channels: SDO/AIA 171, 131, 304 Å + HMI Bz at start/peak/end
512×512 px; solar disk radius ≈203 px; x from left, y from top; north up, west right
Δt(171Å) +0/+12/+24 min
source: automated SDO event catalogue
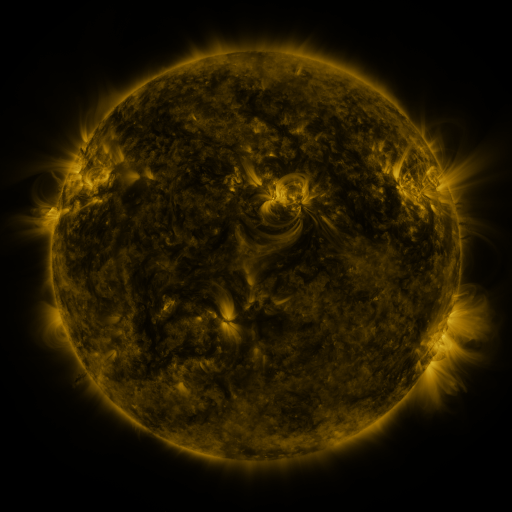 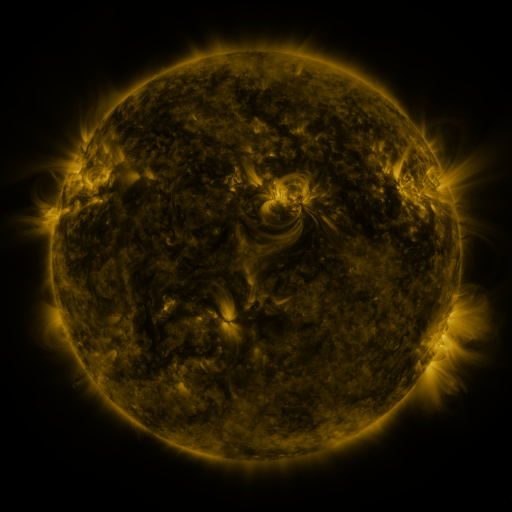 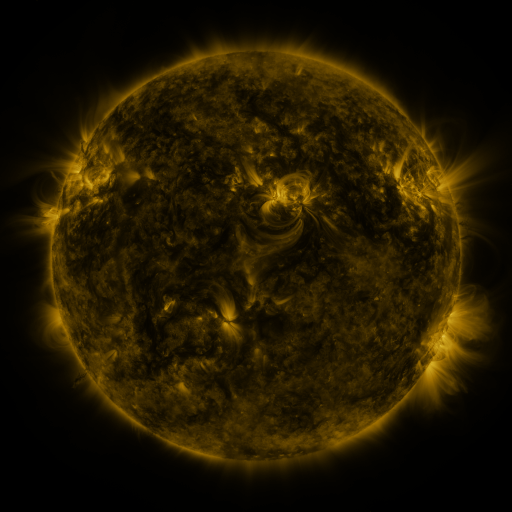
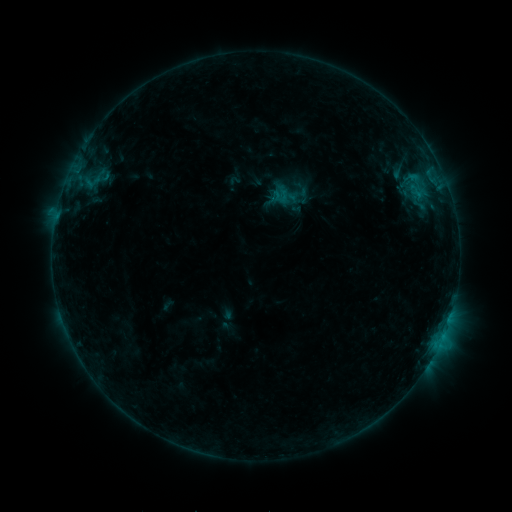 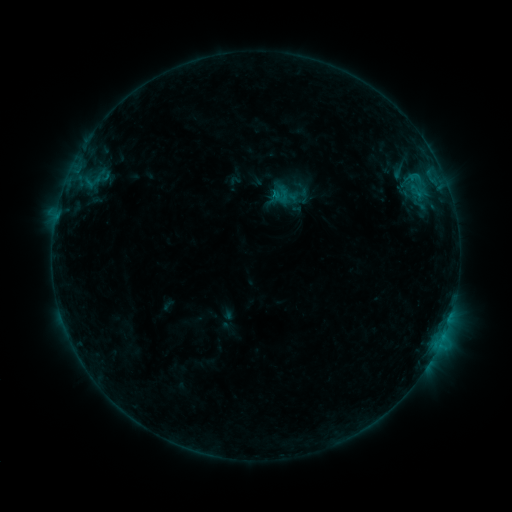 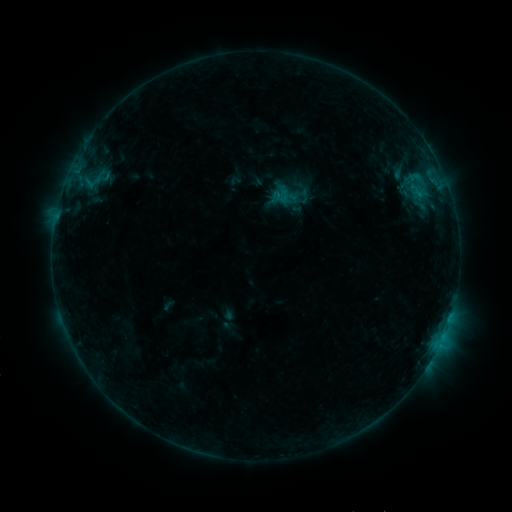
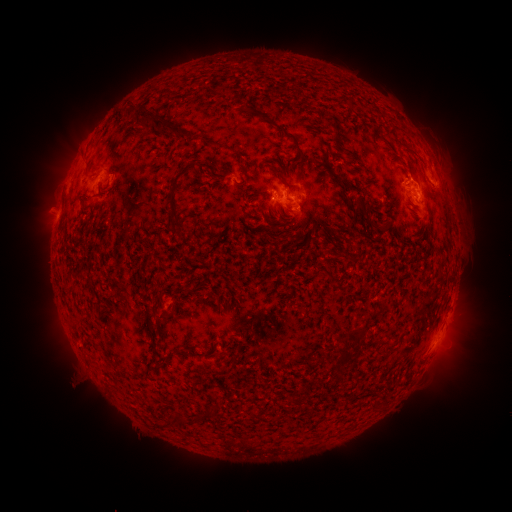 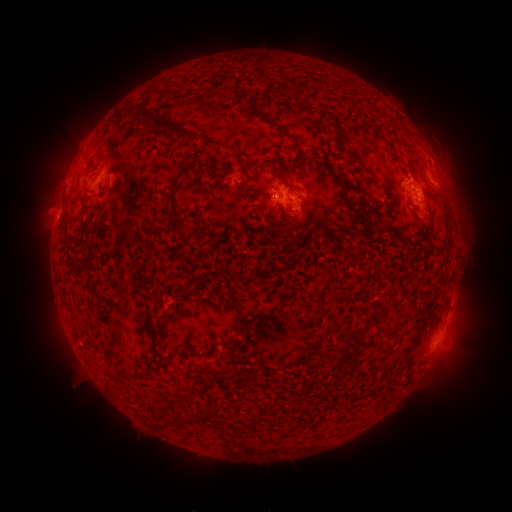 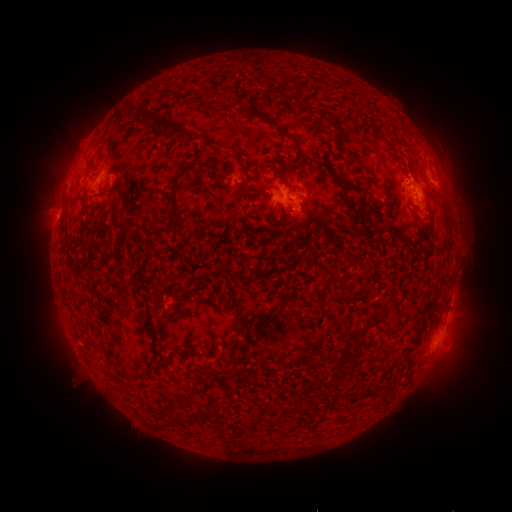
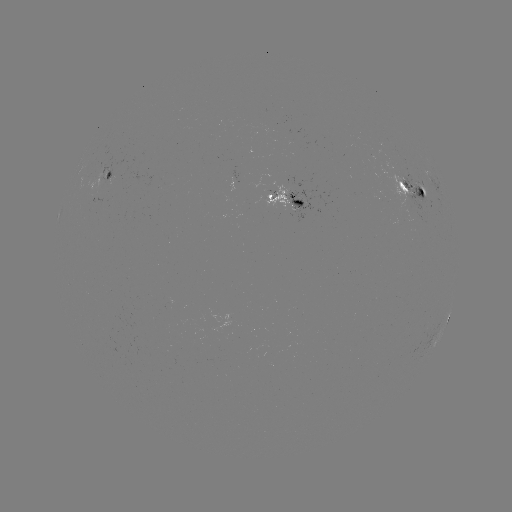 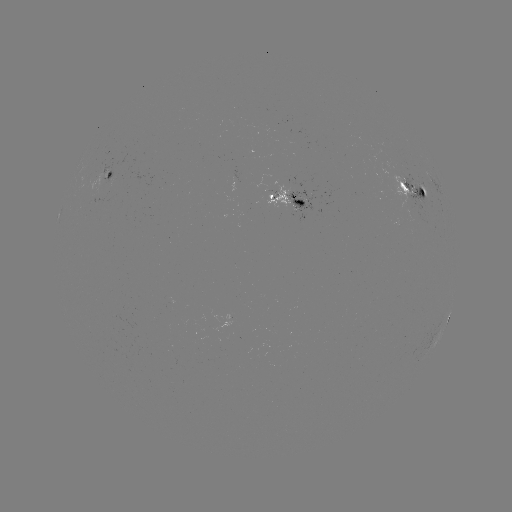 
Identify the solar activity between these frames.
B9.8 flare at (273, 196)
